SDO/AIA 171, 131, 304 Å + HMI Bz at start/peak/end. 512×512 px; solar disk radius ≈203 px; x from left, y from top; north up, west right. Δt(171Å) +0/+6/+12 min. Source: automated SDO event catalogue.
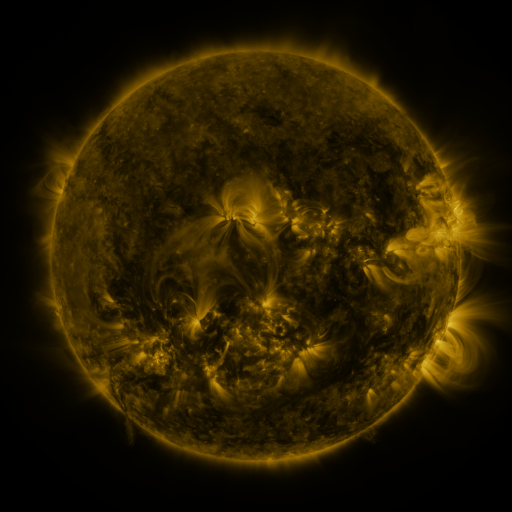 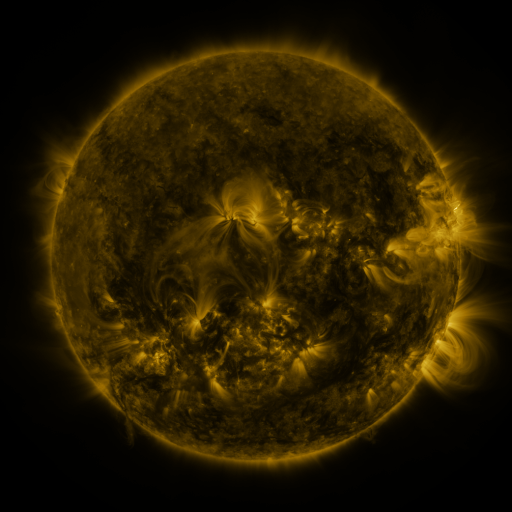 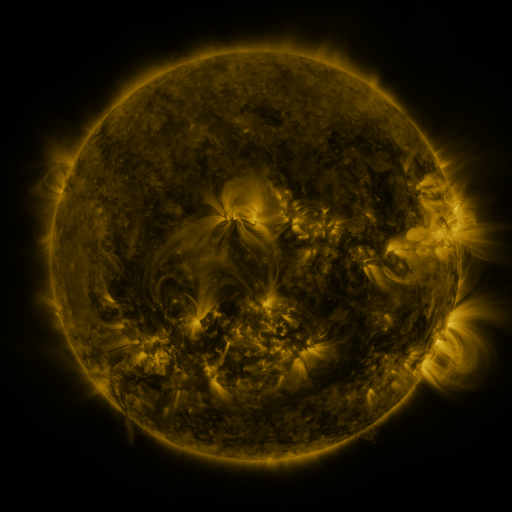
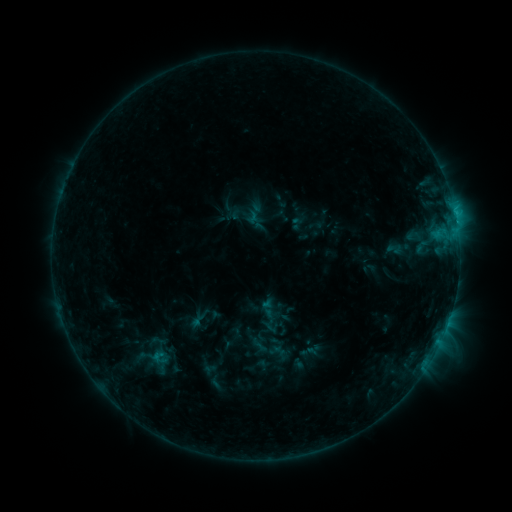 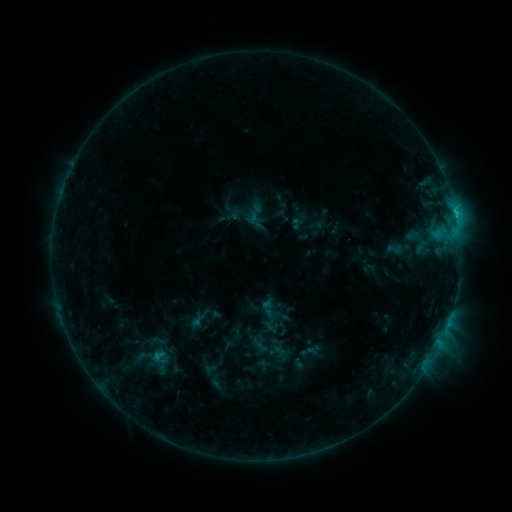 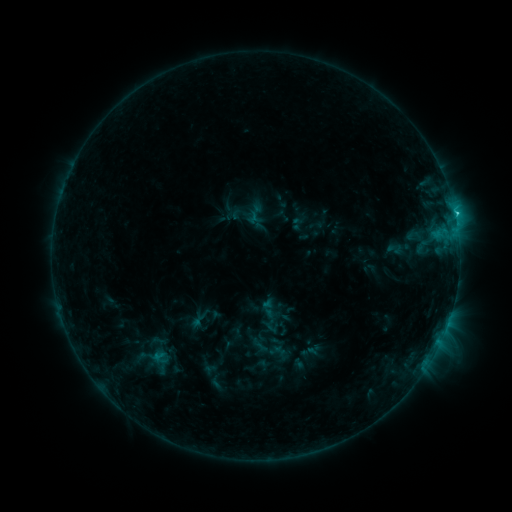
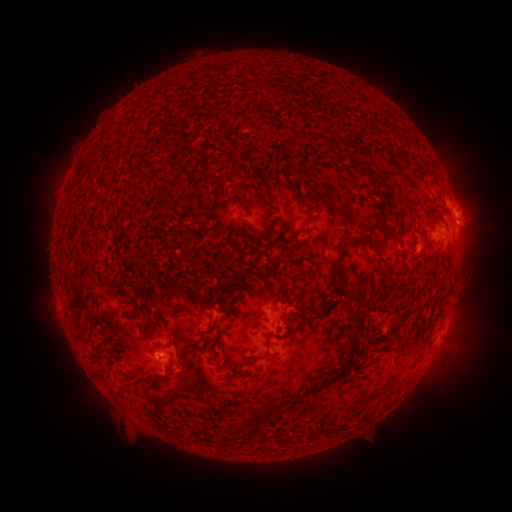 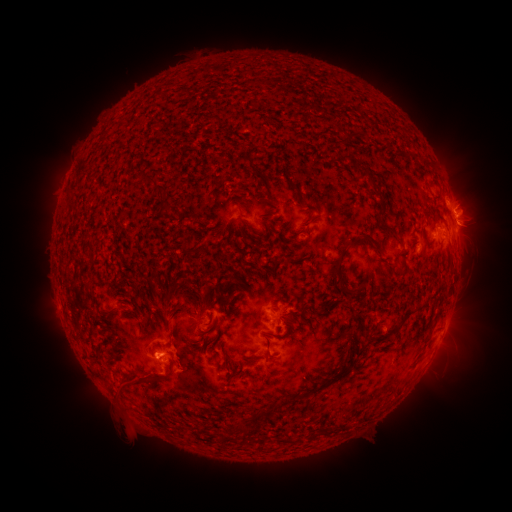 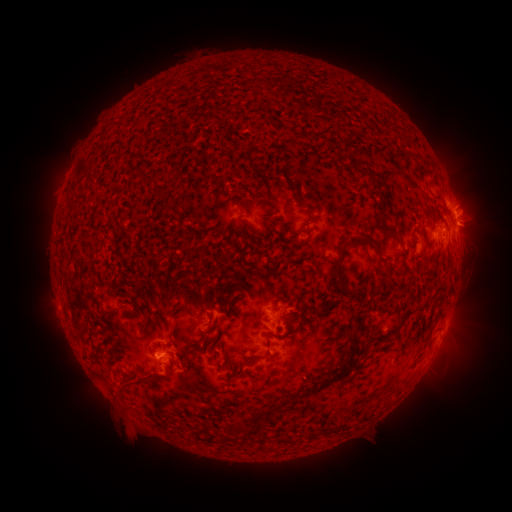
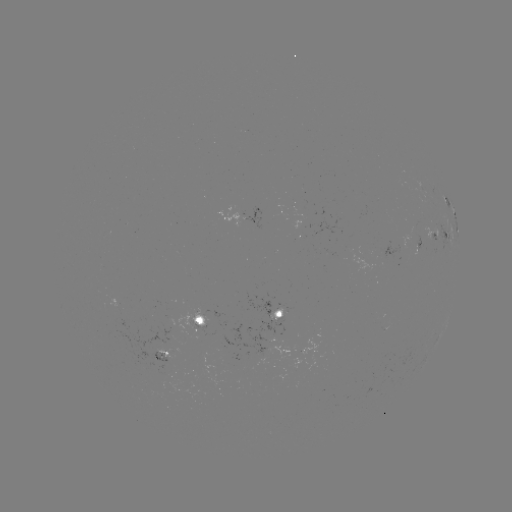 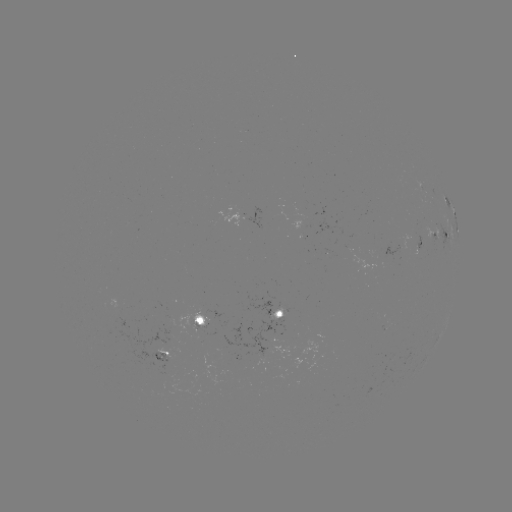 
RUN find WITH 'C1.9 flare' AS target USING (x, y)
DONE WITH (455, 218) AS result